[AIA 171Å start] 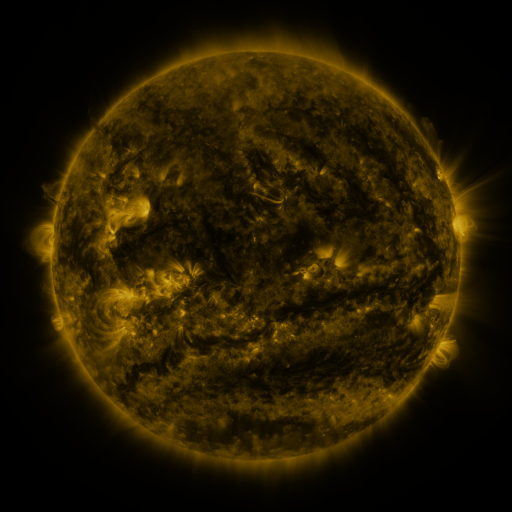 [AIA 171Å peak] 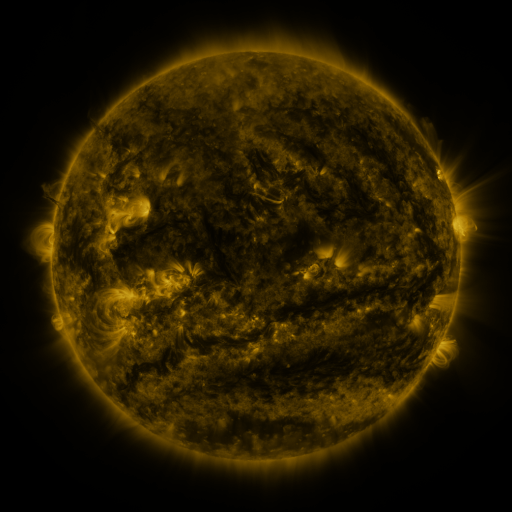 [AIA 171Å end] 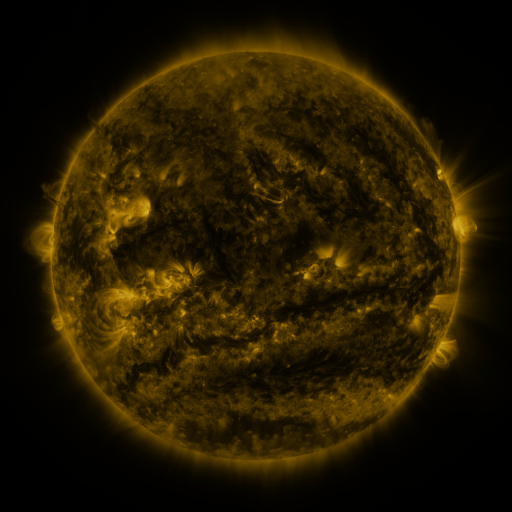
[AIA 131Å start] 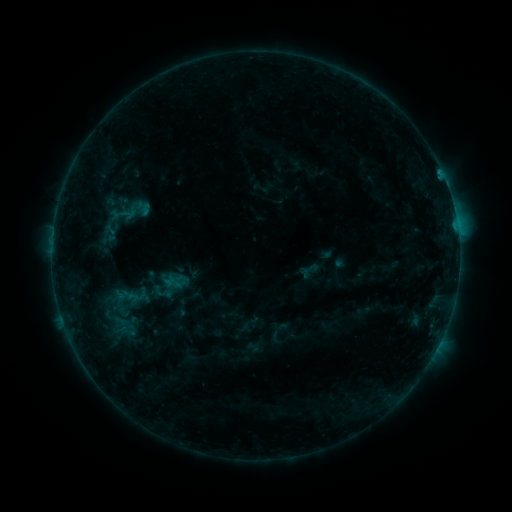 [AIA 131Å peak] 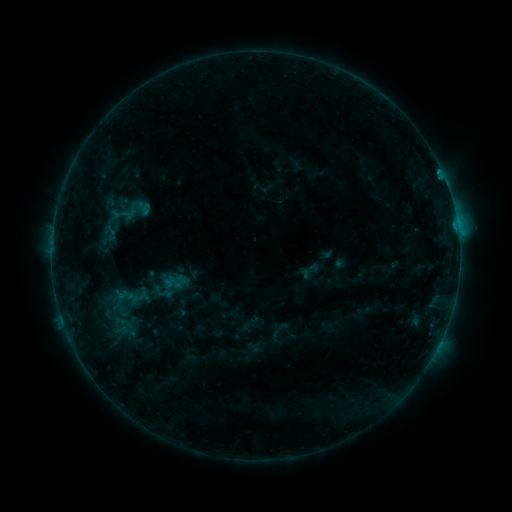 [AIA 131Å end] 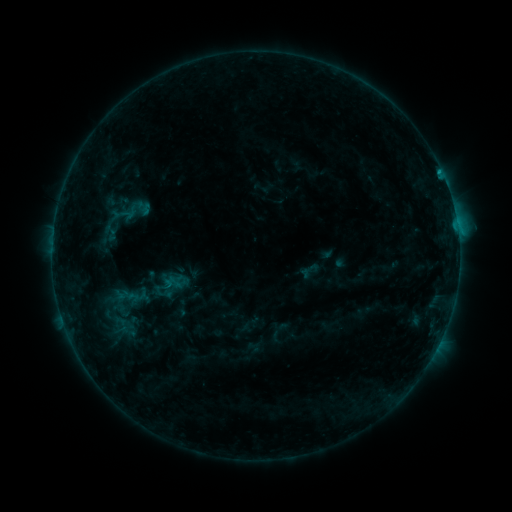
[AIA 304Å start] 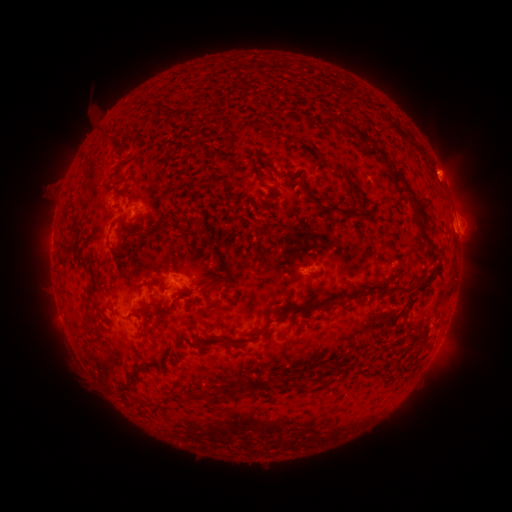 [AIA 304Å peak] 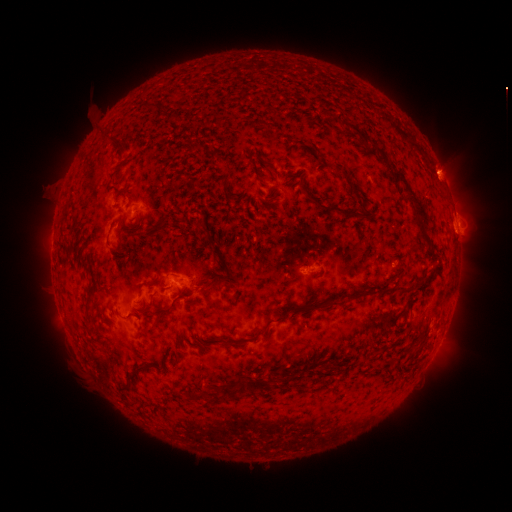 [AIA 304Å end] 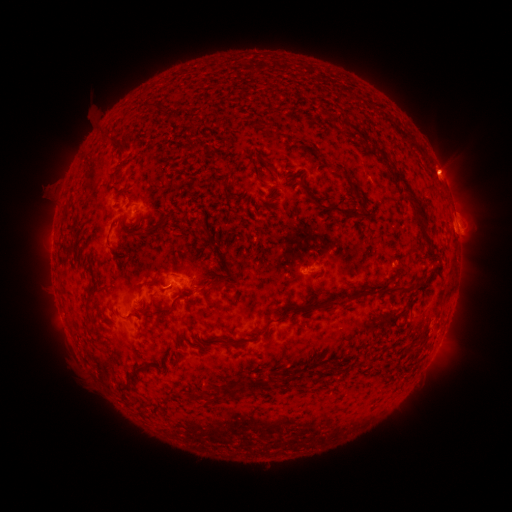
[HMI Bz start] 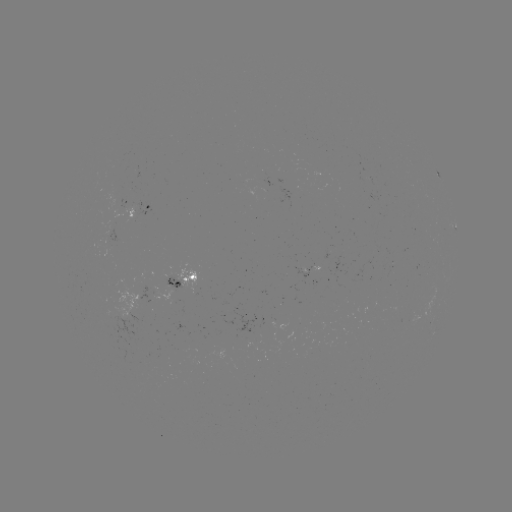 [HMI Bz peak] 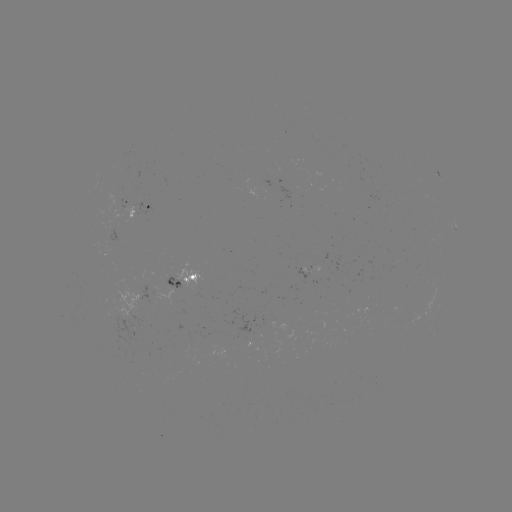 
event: flare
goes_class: B8.0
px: (440, 173)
